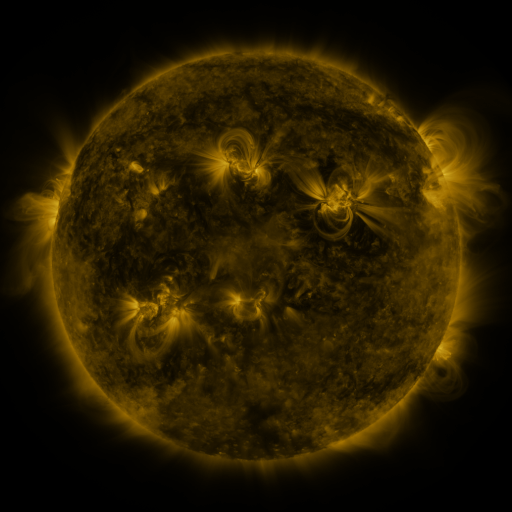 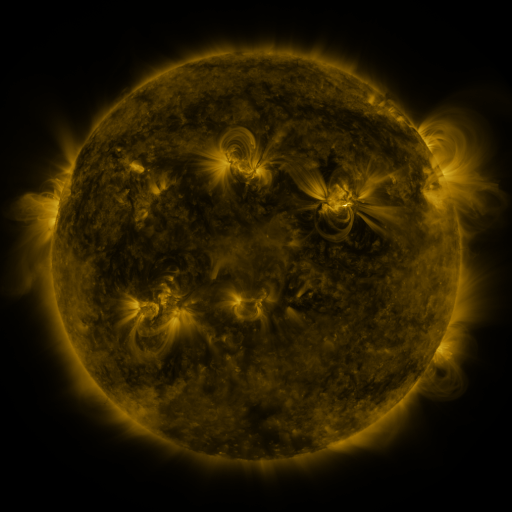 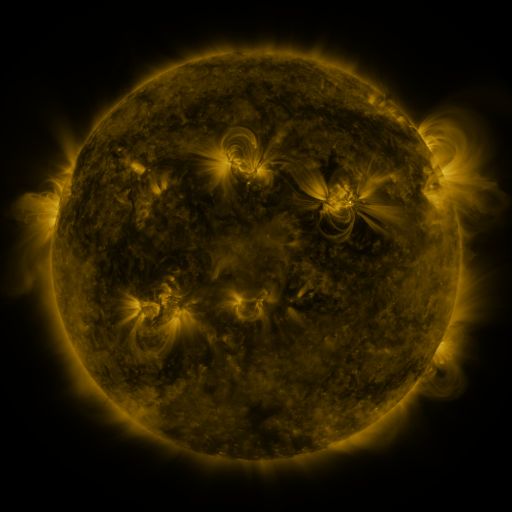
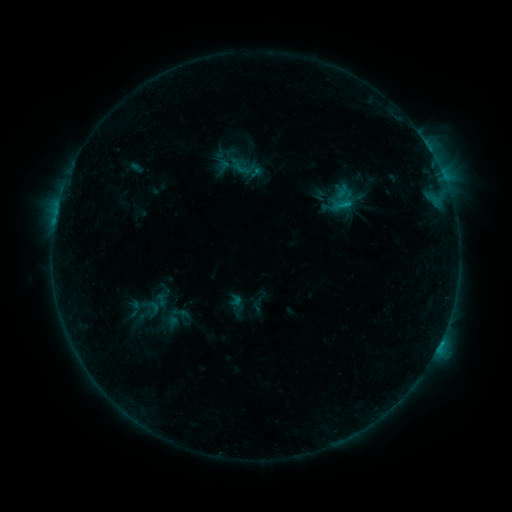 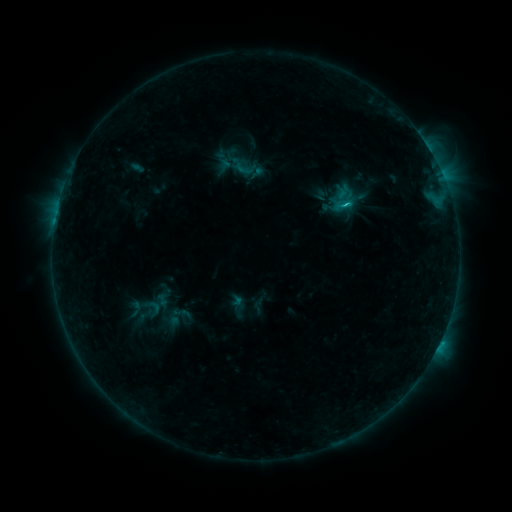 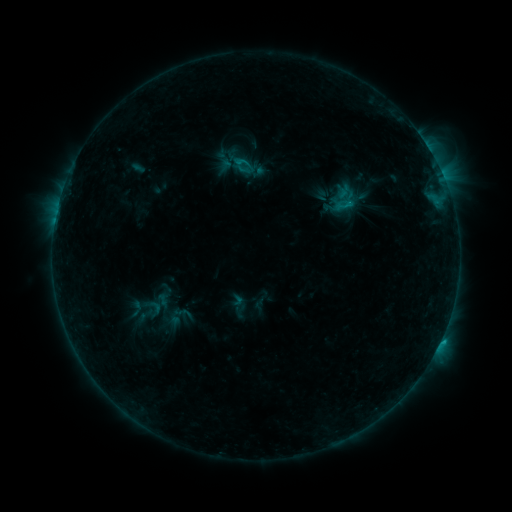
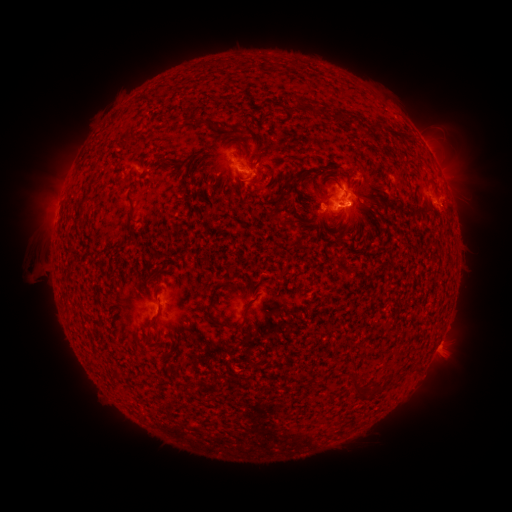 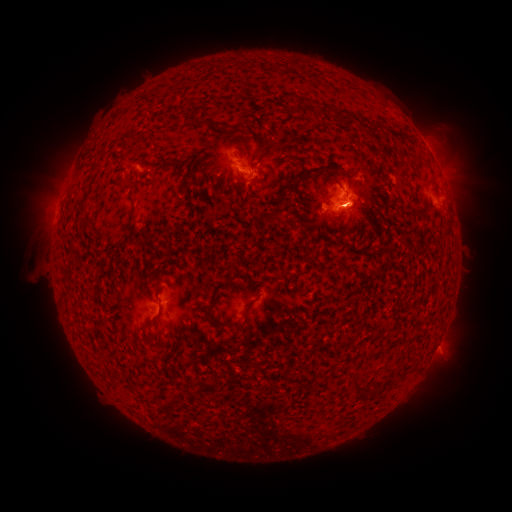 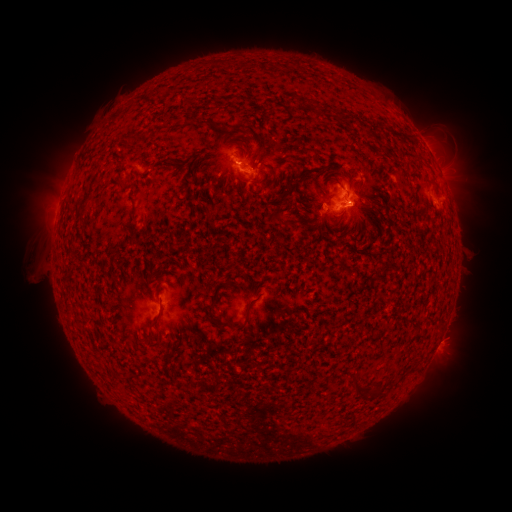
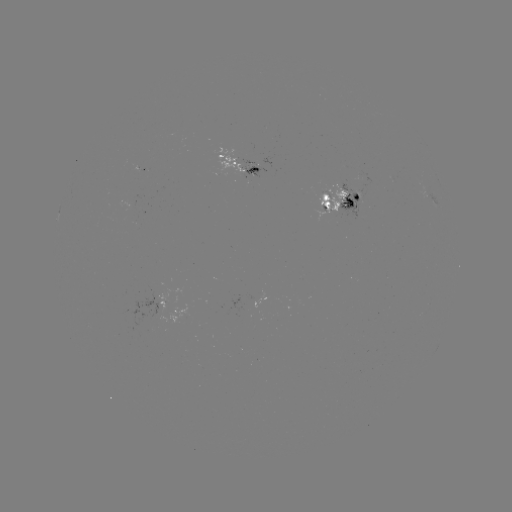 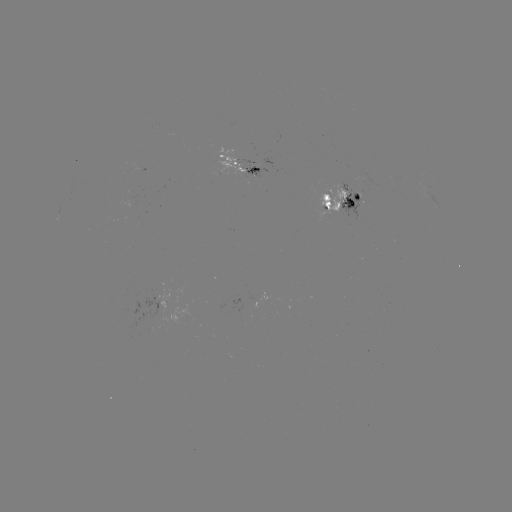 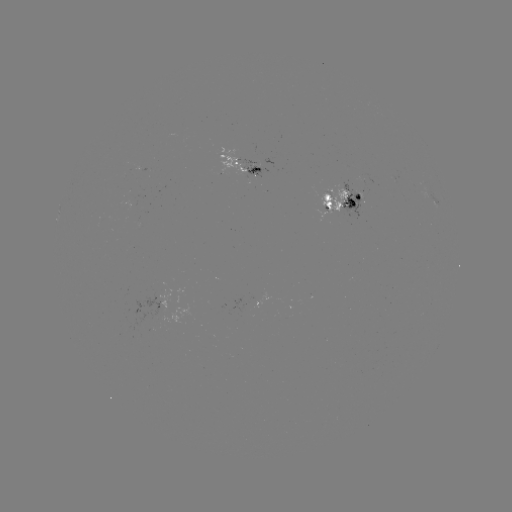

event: emerging-flux region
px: (253, 173)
